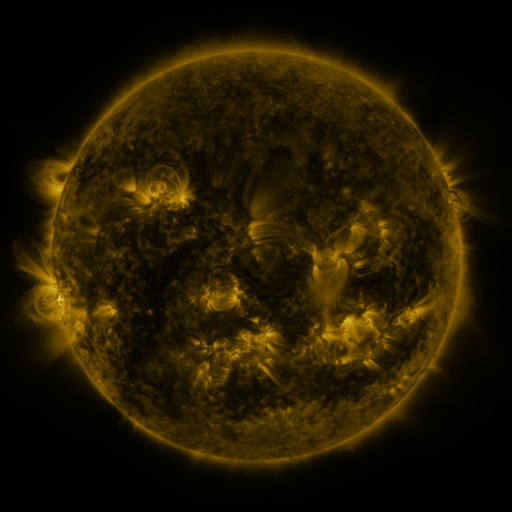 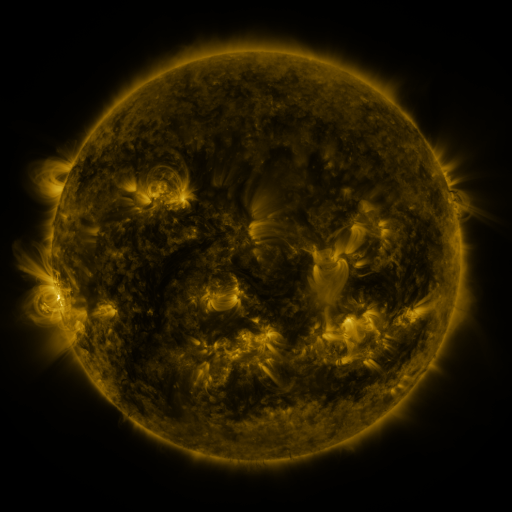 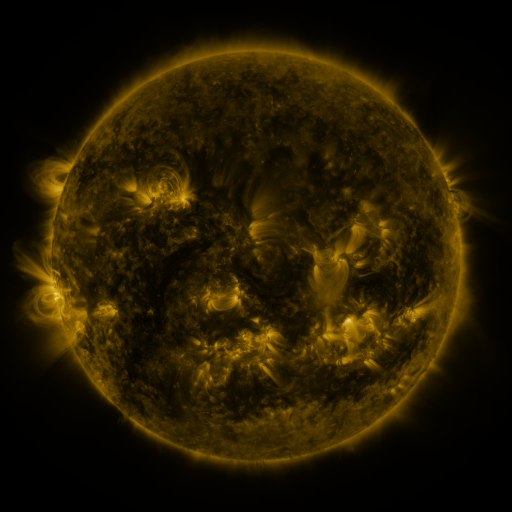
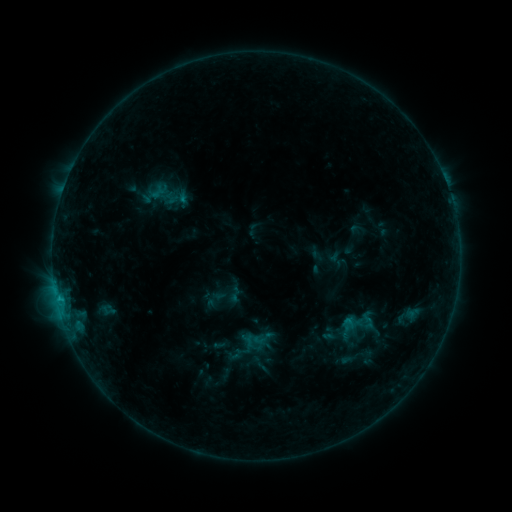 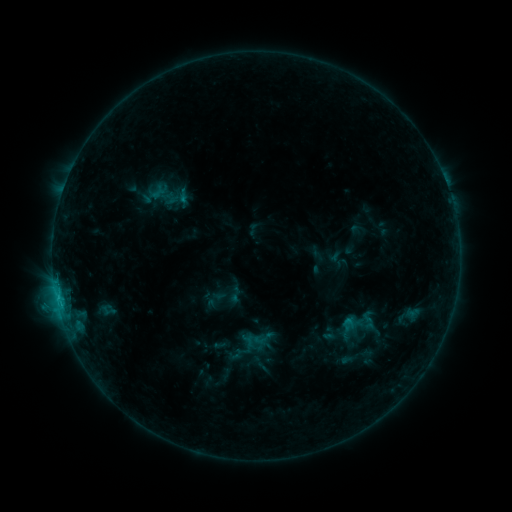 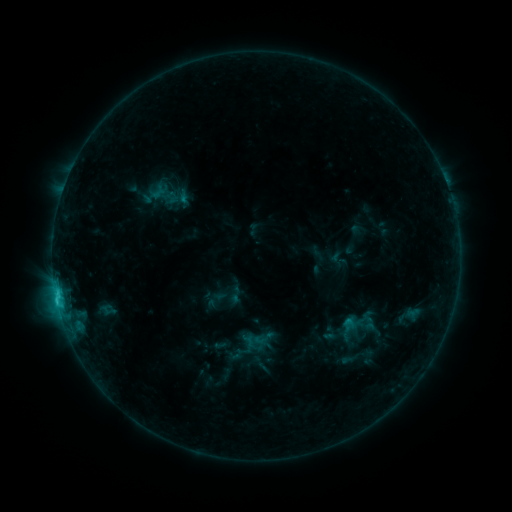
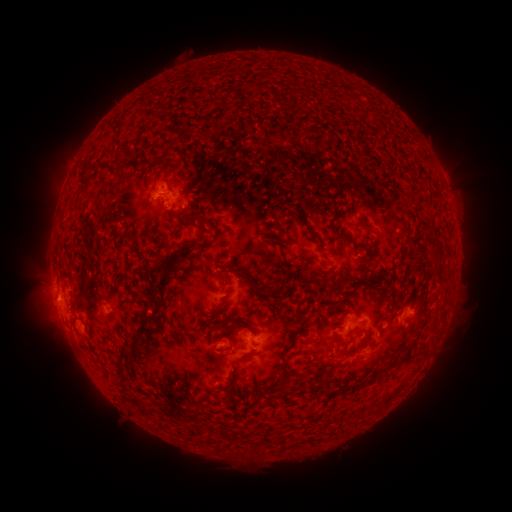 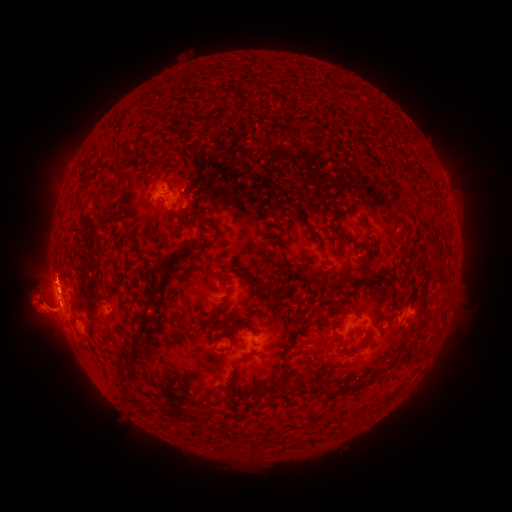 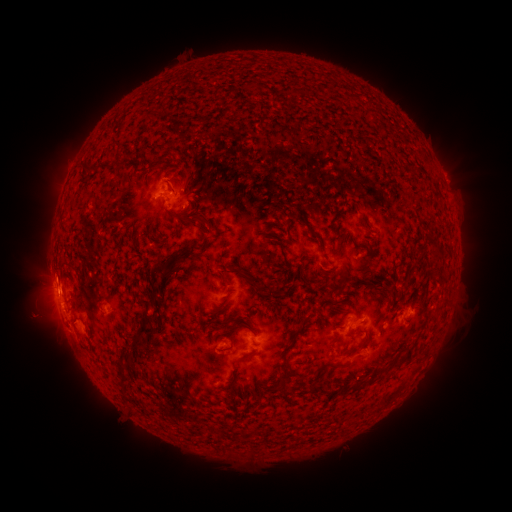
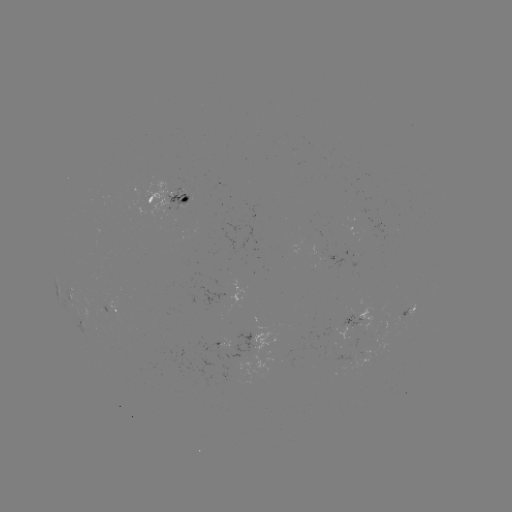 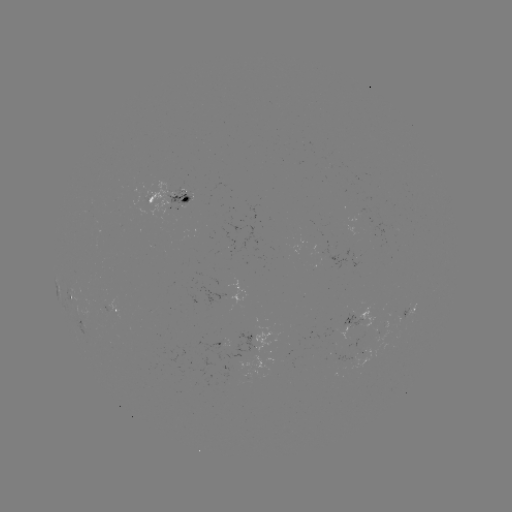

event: eruption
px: (41, 302)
